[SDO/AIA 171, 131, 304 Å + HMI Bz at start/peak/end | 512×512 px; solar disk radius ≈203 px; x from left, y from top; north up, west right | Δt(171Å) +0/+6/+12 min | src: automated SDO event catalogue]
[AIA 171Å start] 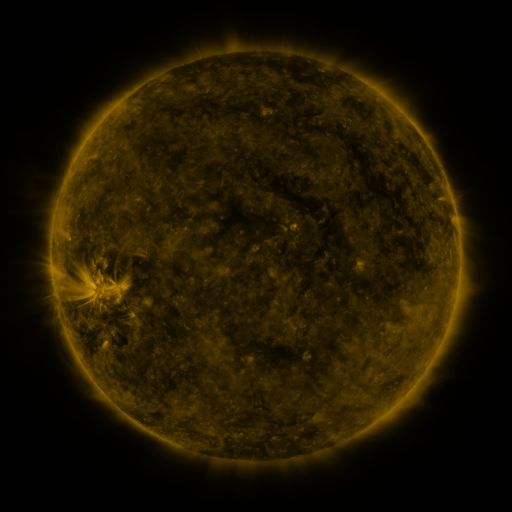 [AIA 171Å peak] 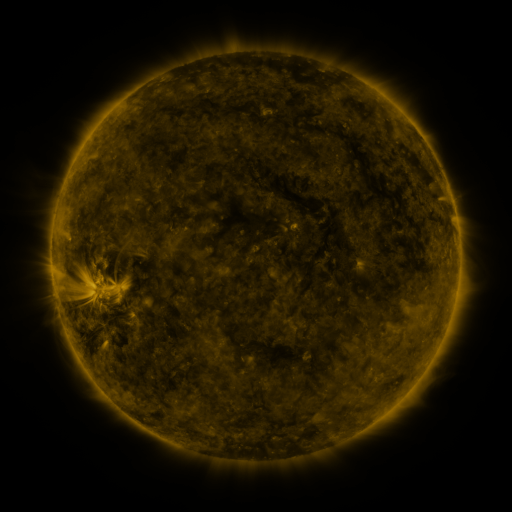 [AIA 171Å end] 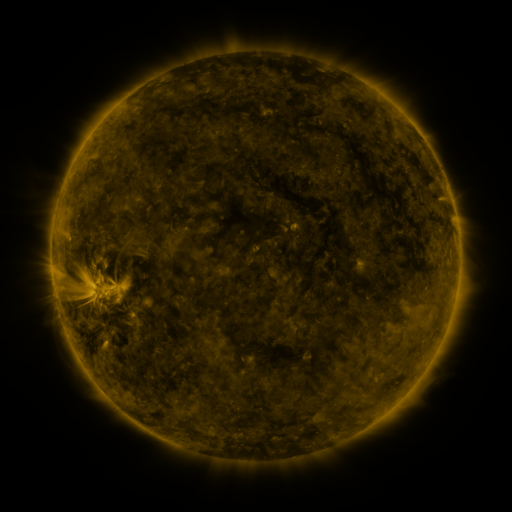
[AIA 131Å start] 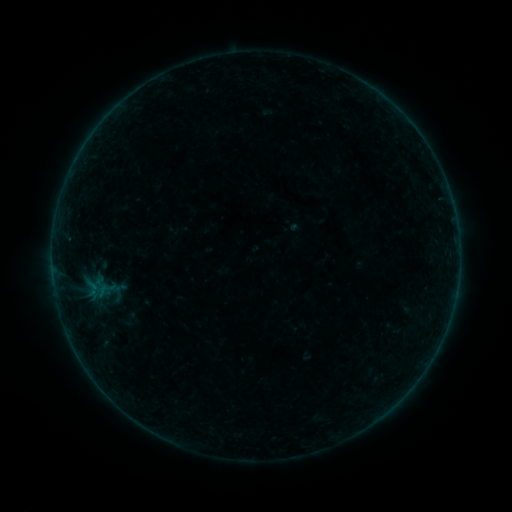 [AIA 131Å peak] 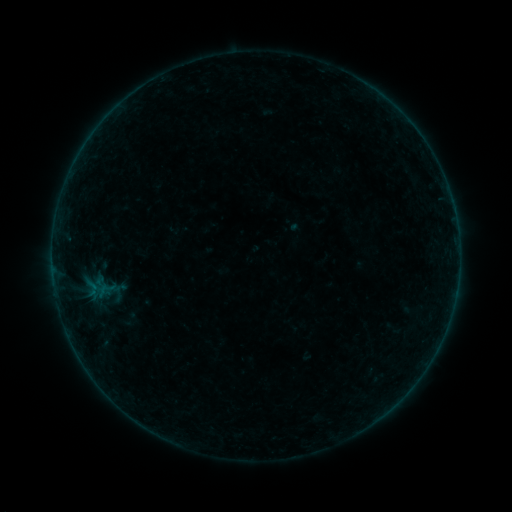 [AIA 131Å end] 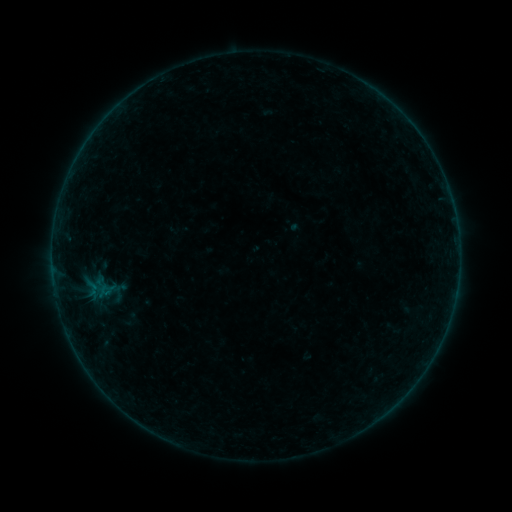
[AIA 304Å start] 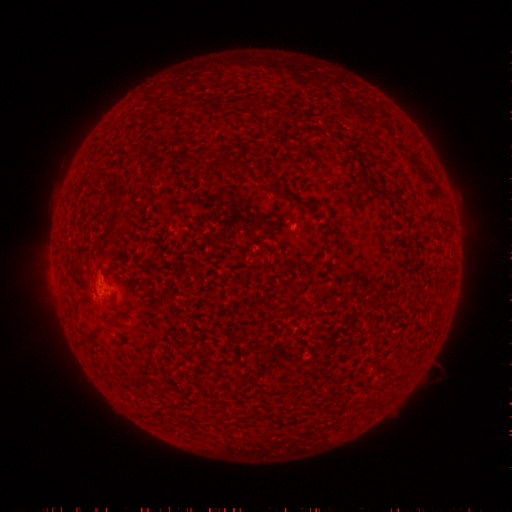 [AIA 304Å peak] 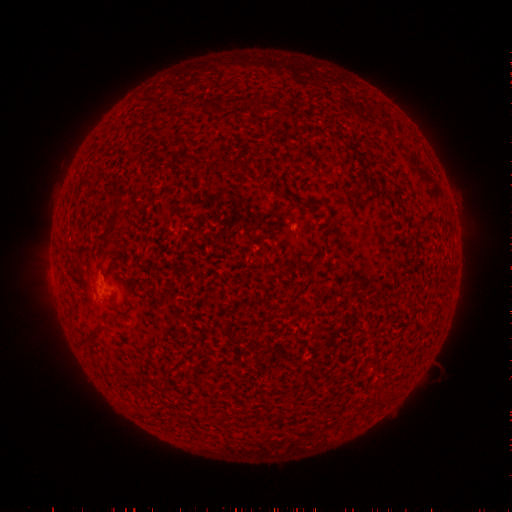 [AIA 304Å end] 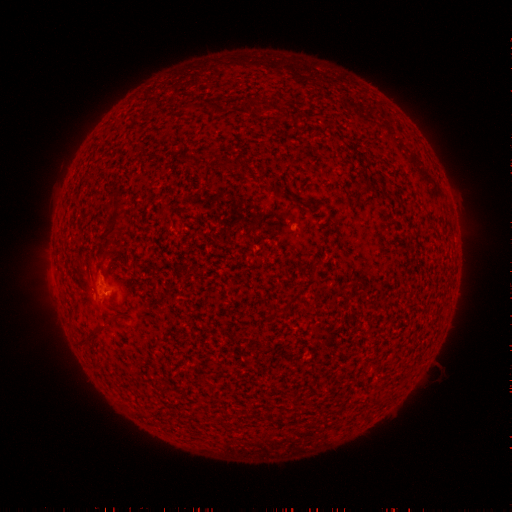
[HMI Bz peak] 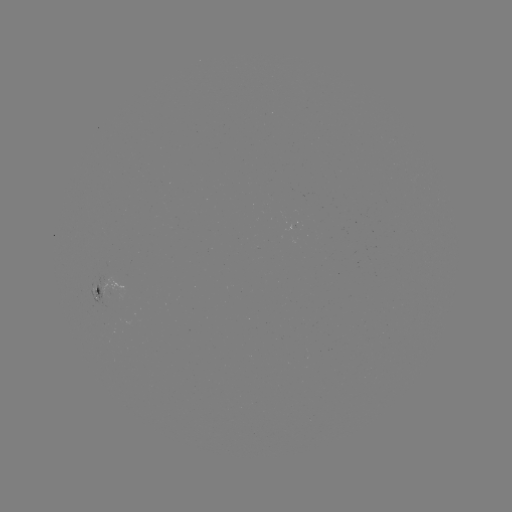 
nothing was catalogued: no classed flare, no EUV trigger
